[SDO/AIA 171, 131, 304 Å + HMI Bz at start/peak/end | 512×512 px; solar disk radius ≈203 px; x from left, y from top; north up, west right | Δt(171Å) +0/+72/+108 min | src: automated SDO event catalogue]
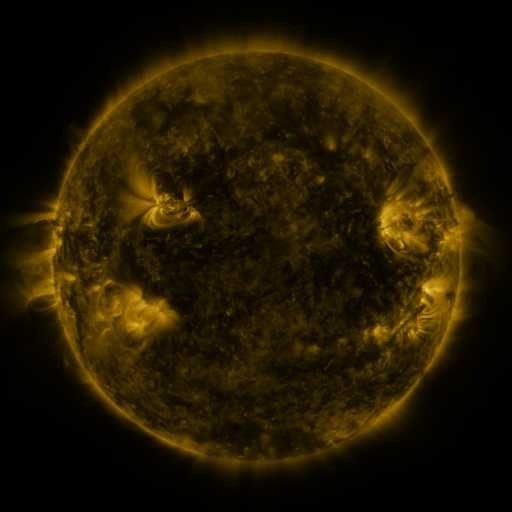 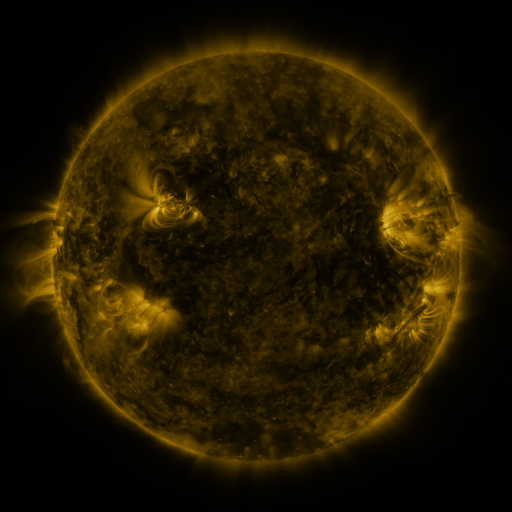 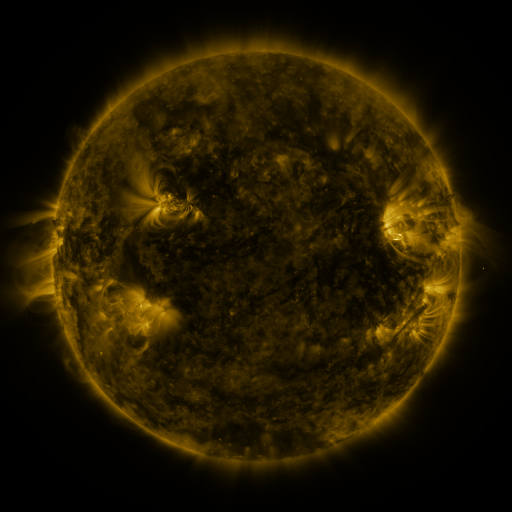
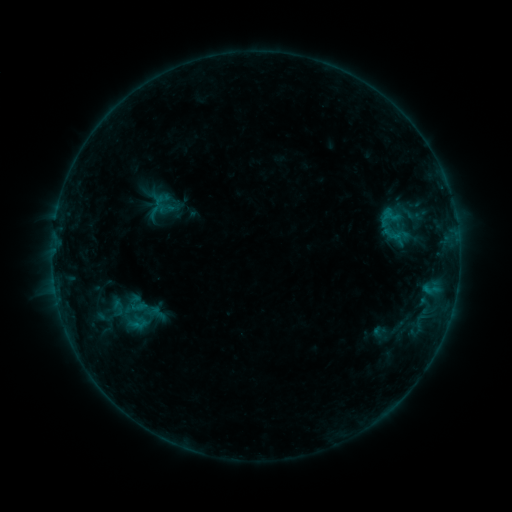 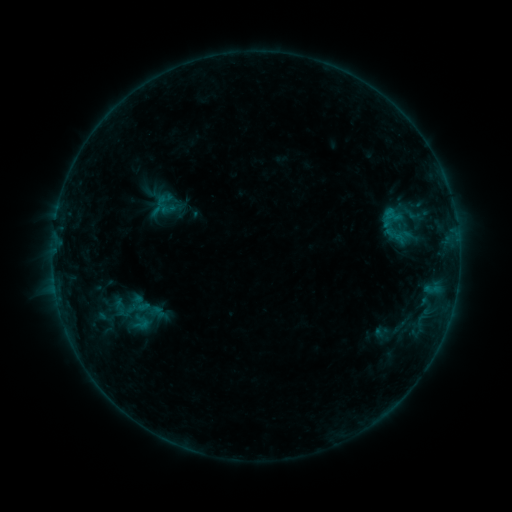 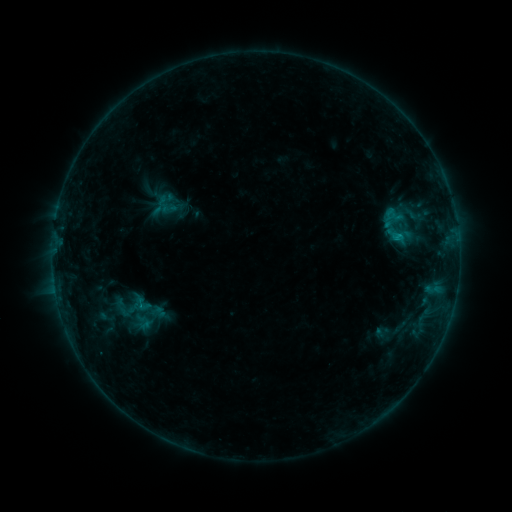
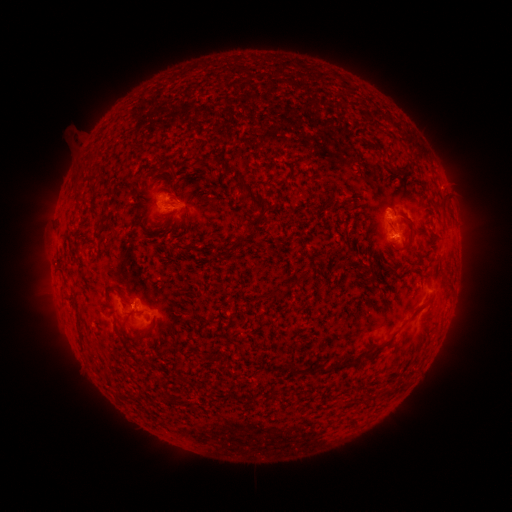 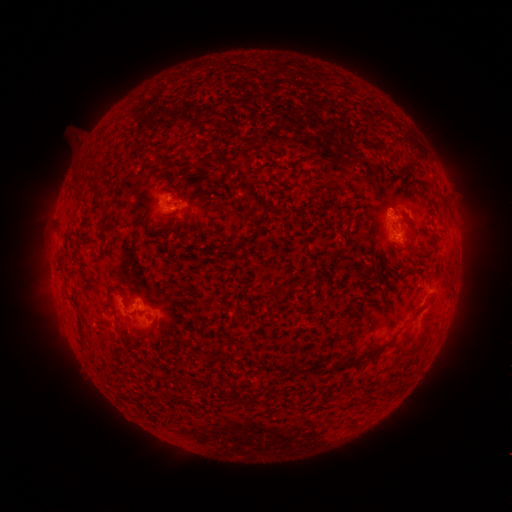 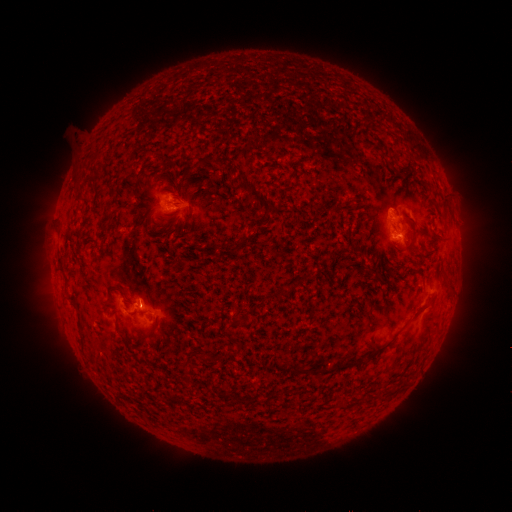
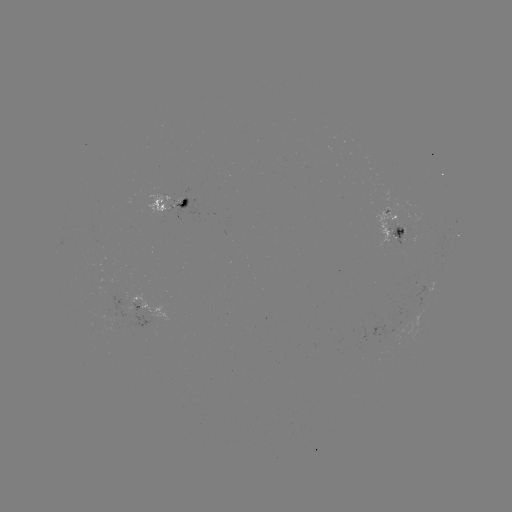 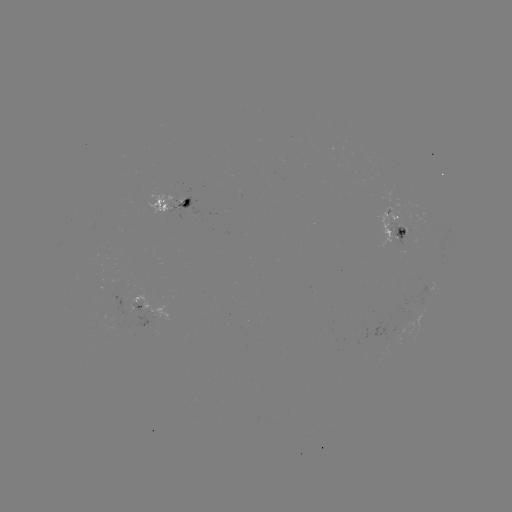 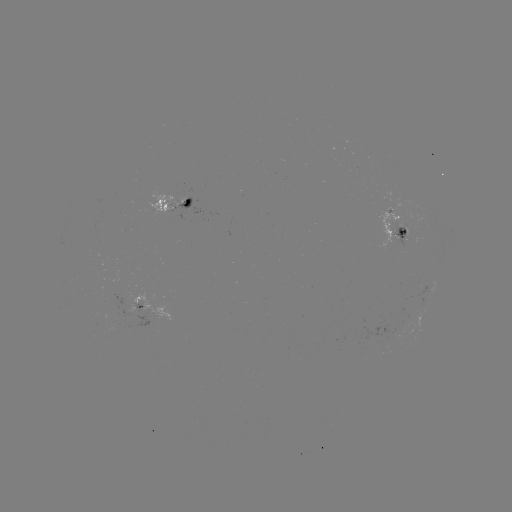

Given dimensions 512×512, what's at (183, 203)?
emerging-flux region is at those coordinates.